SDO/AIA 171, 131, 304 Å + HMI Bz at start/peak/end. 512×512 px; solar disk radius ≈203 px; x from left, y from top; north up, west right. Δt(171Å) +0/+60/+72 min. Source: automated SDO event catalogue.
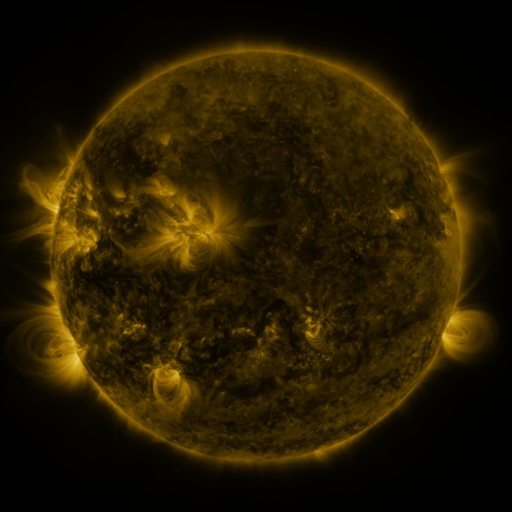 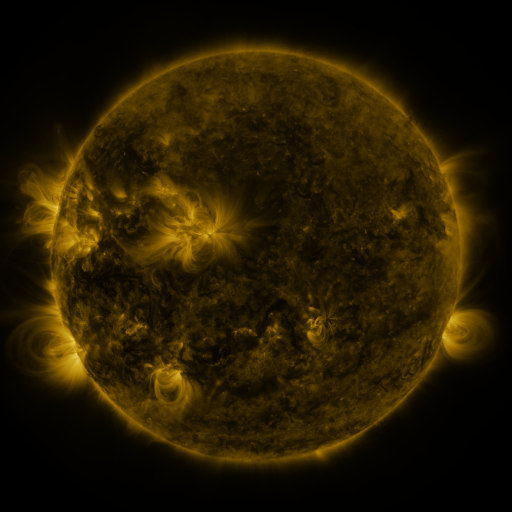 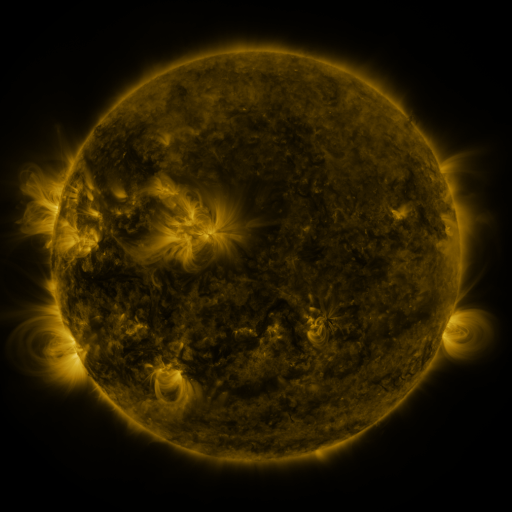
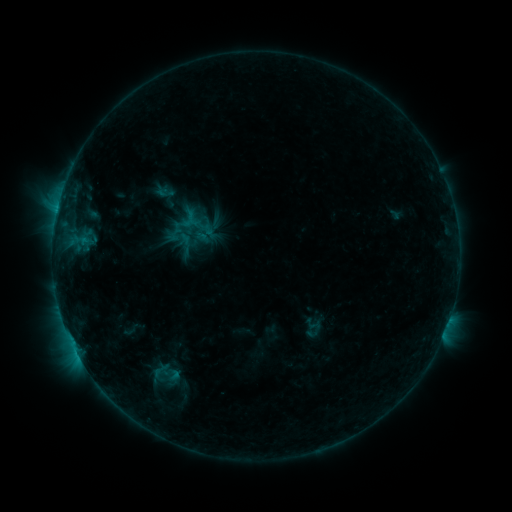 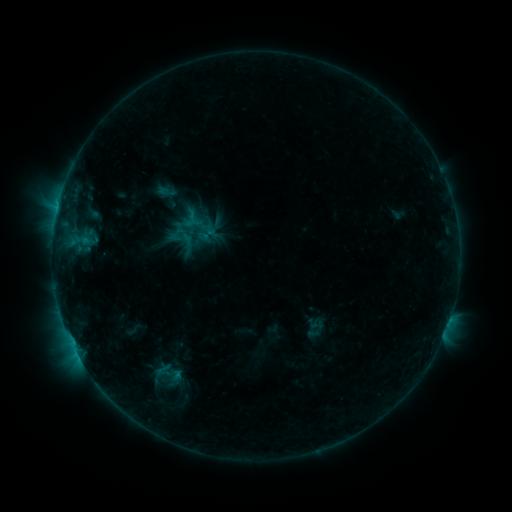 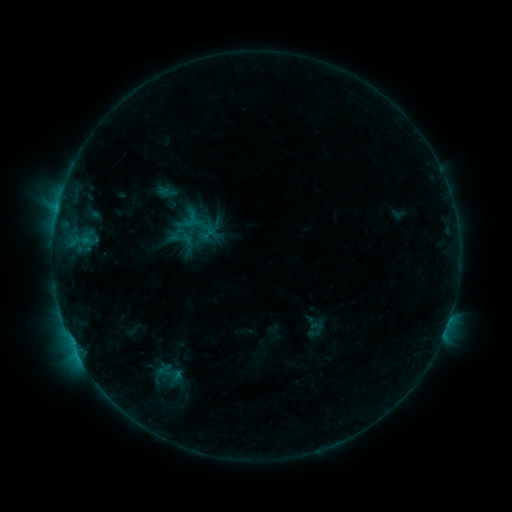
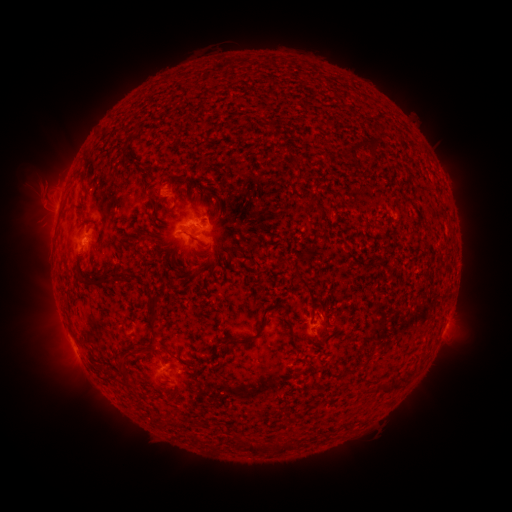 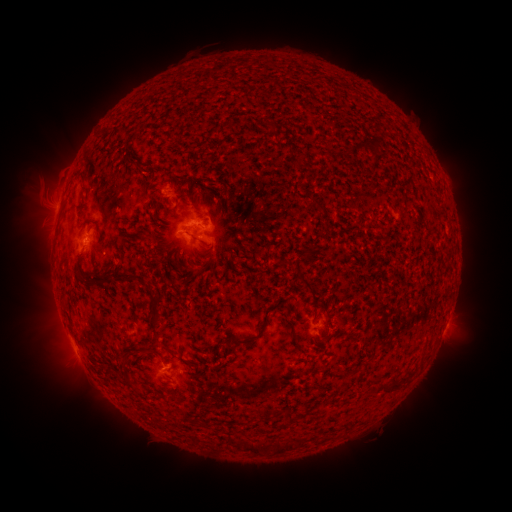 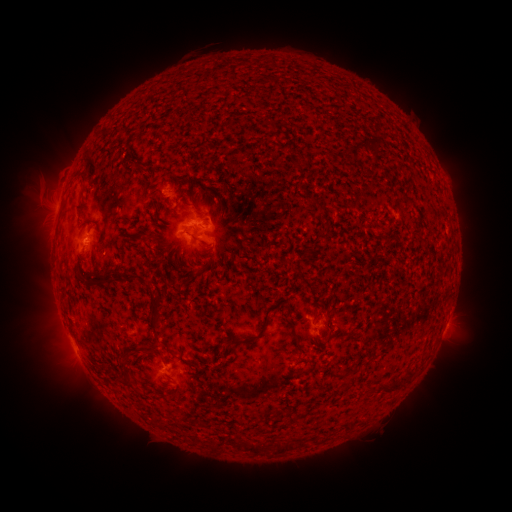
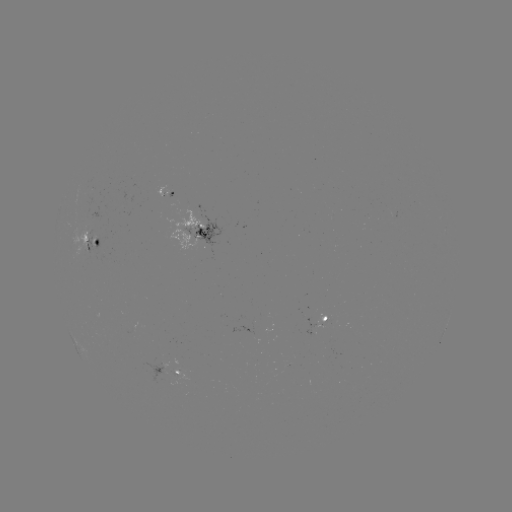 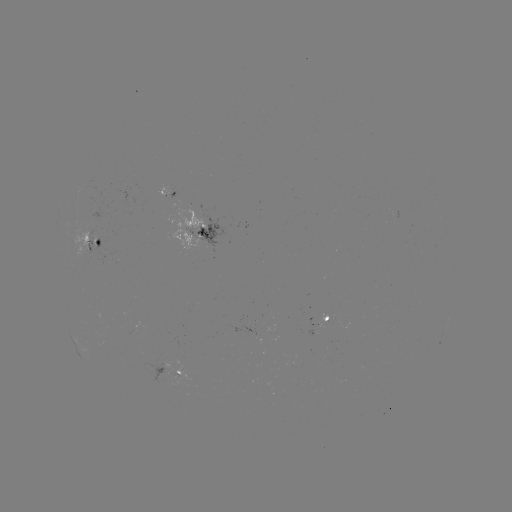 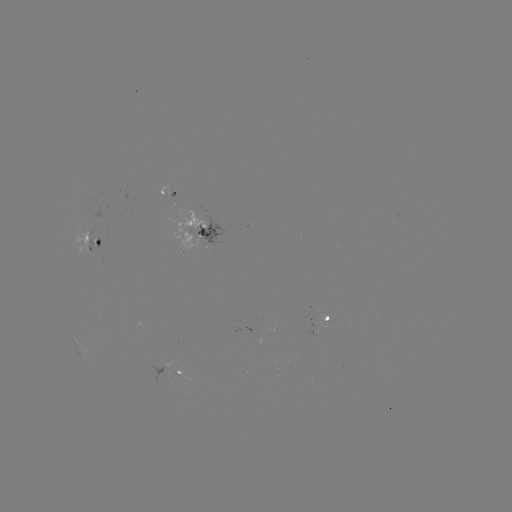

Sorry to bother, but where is emerging-flux region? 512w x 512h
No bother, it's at (164, 193).